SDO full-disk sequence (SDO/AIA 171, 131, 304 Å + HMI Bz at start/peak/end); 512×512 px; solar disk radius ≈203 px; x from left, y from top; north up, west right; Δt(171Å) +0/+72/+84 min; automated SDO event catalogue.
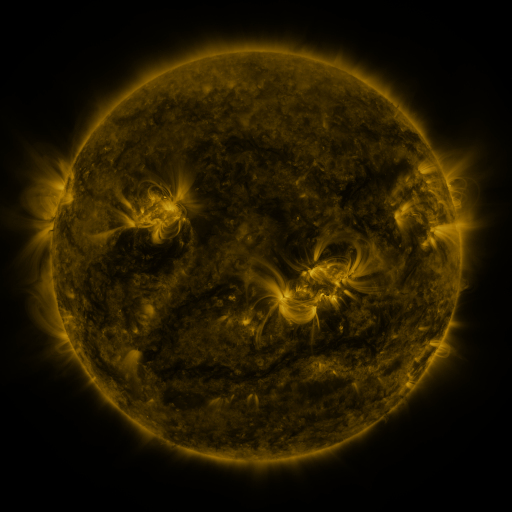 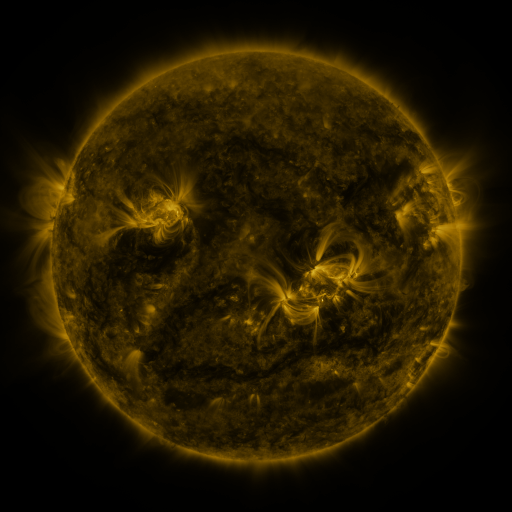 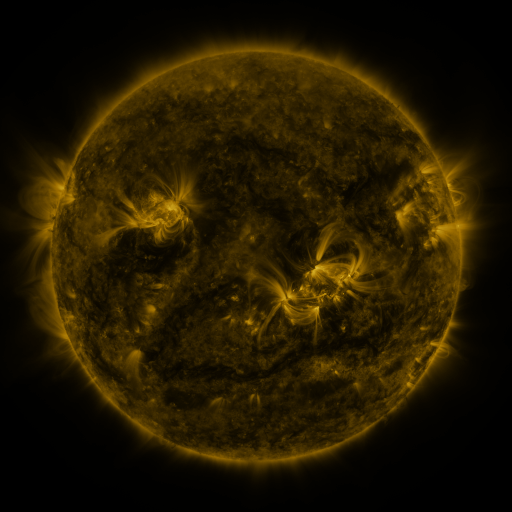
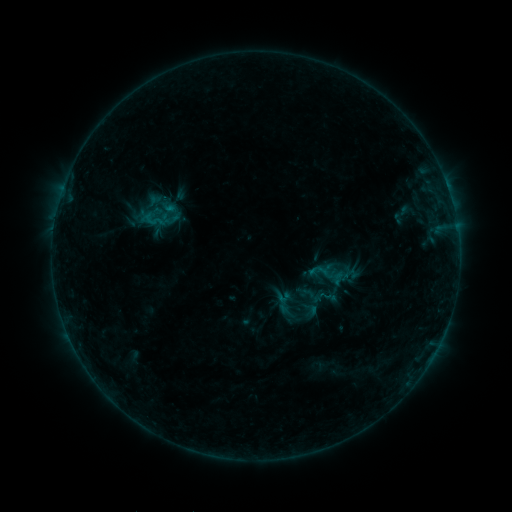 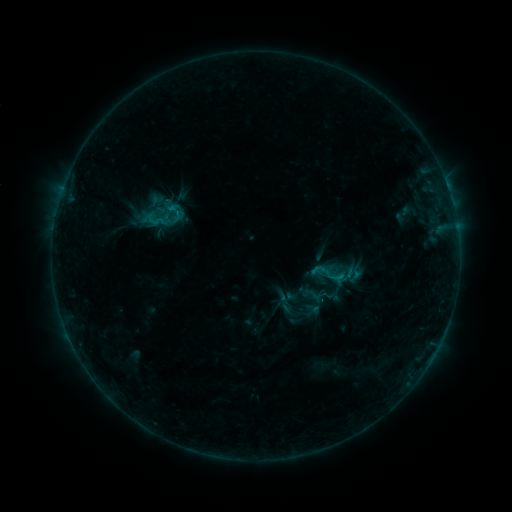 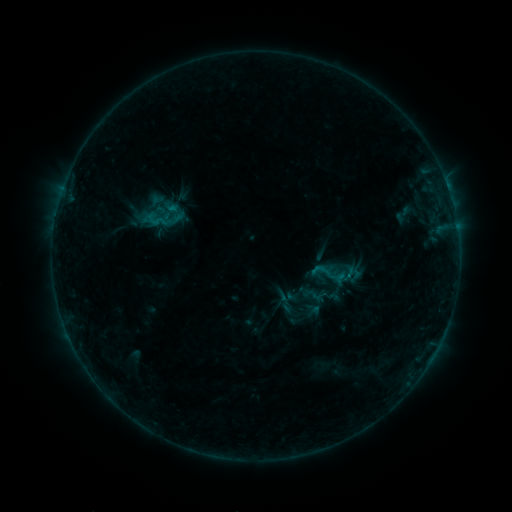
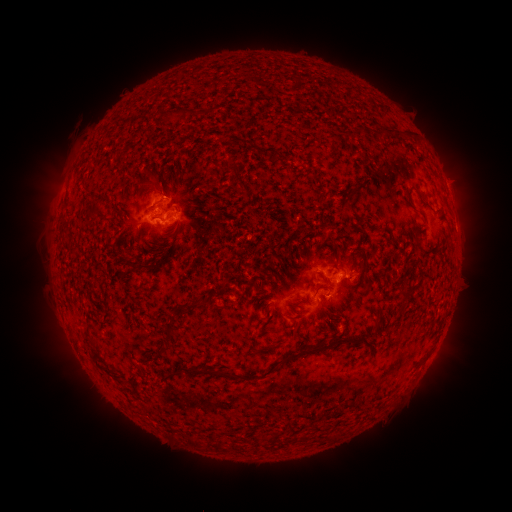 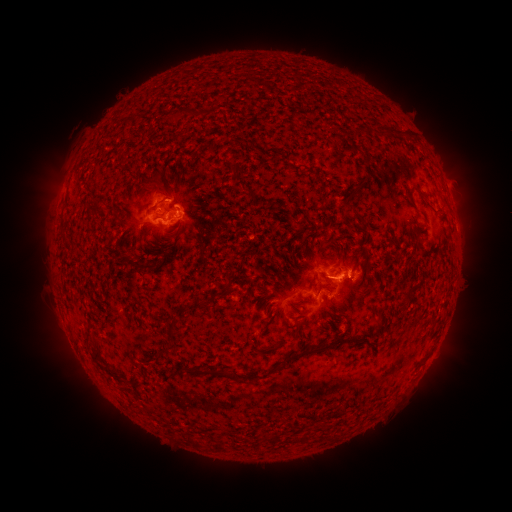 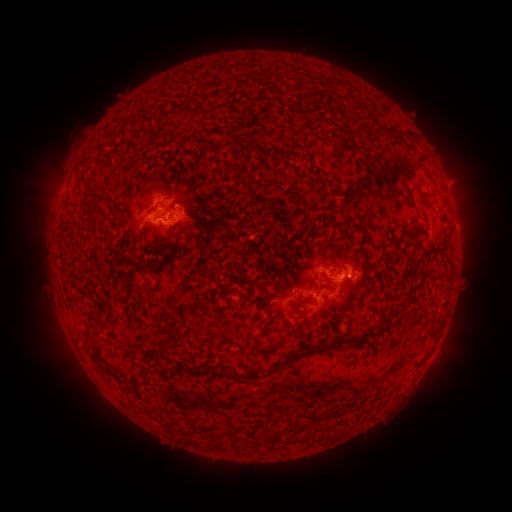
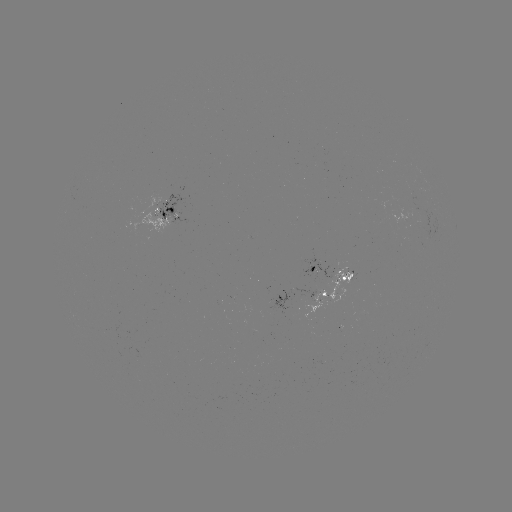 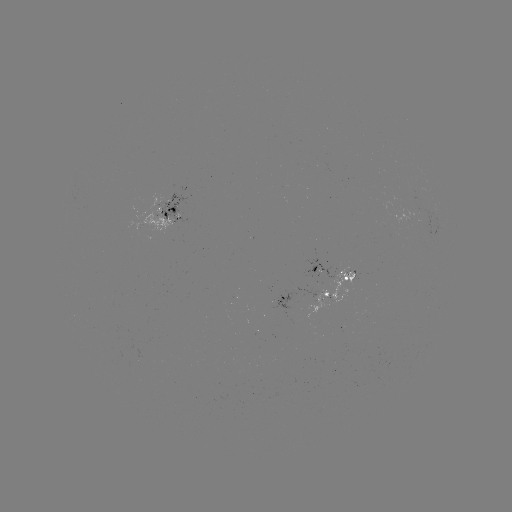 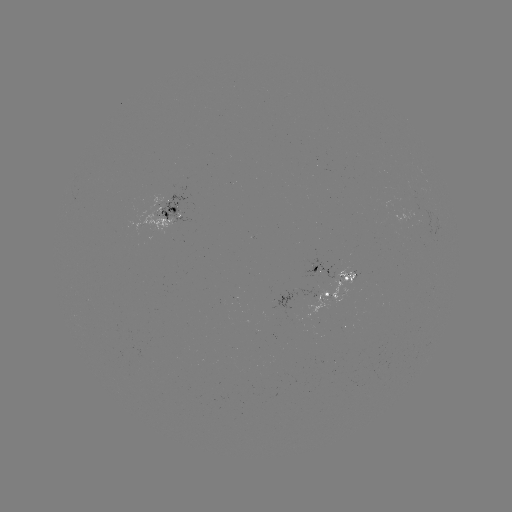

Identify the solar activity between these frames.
emerging-flux region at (320, 302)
